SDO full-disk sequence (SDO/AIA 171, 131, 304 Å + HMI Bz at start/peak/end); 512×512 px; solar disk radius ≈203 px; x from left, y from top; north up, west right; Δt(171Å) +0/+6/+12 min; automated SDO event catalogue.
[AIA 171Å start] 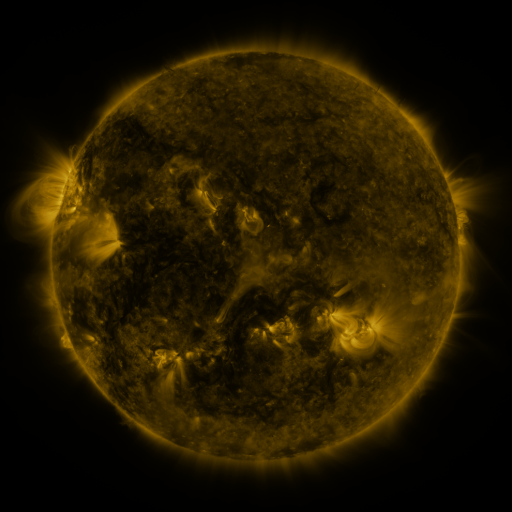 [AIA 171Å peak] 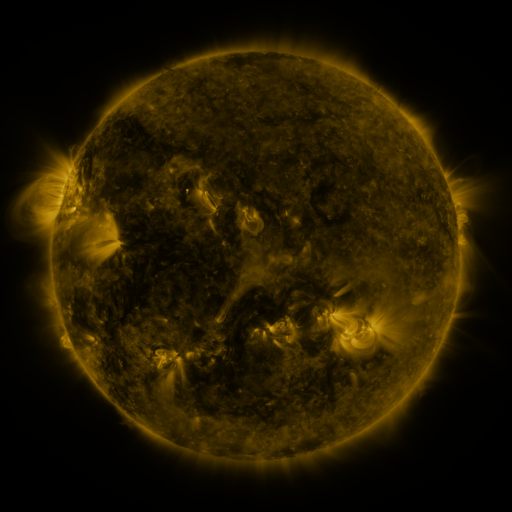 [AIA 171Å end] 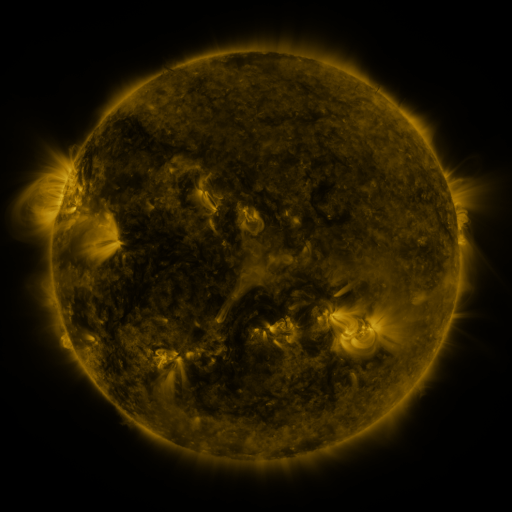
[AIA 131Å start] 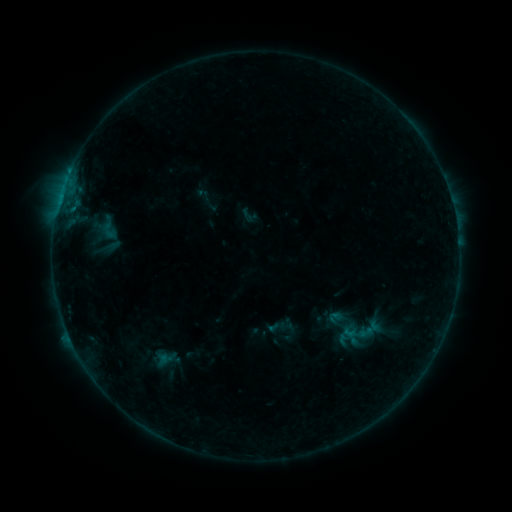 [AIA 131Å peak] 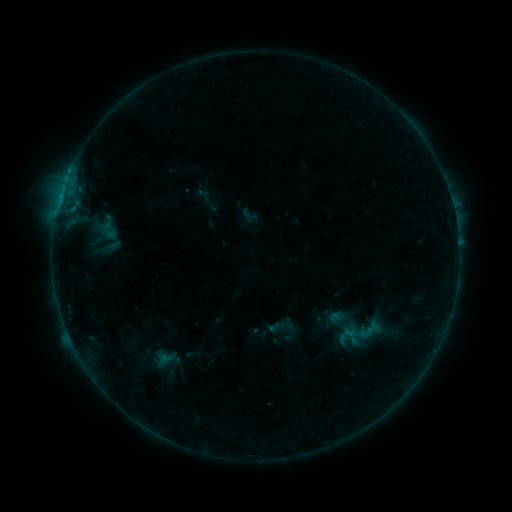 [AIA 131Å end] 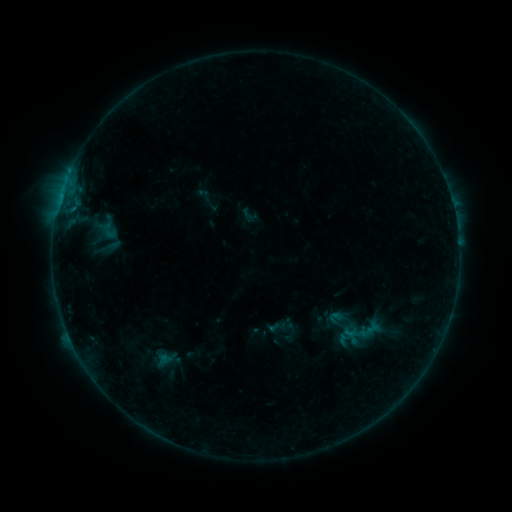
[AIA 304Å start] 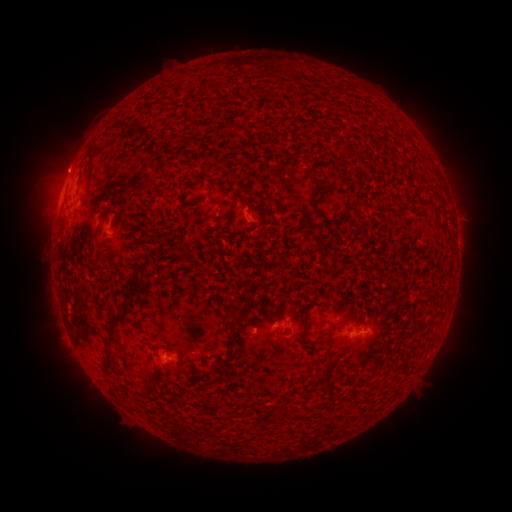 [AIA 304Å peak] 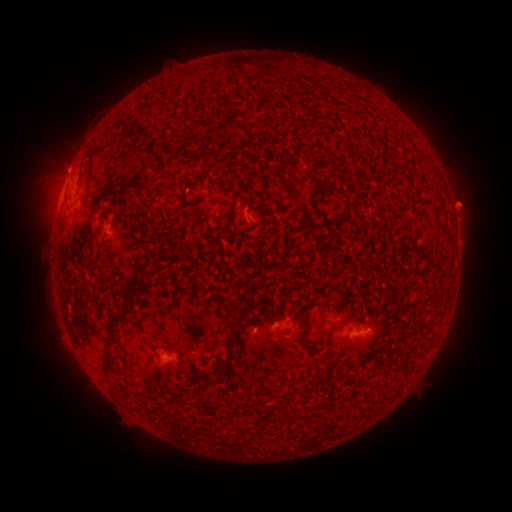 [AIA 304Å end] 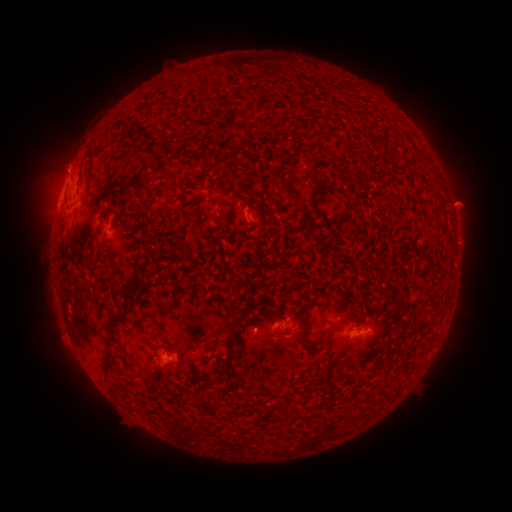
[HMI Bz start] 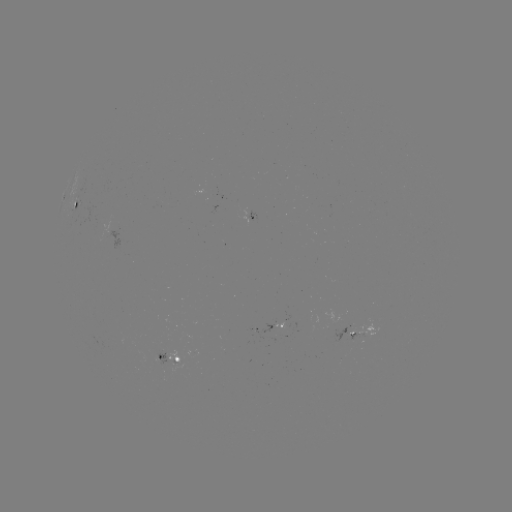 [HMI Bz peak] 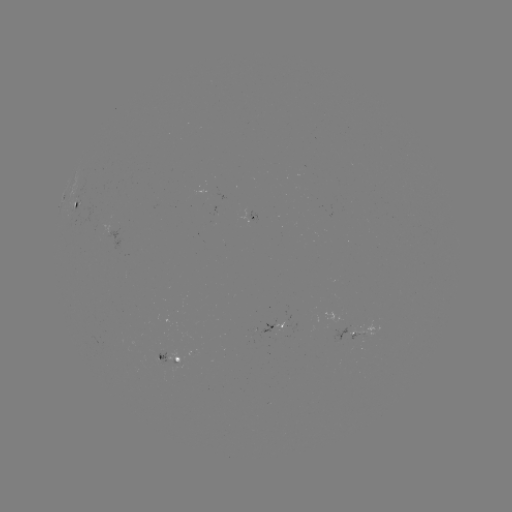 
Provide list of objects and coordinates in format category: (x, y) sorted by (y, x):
eruption: (461, 202)
